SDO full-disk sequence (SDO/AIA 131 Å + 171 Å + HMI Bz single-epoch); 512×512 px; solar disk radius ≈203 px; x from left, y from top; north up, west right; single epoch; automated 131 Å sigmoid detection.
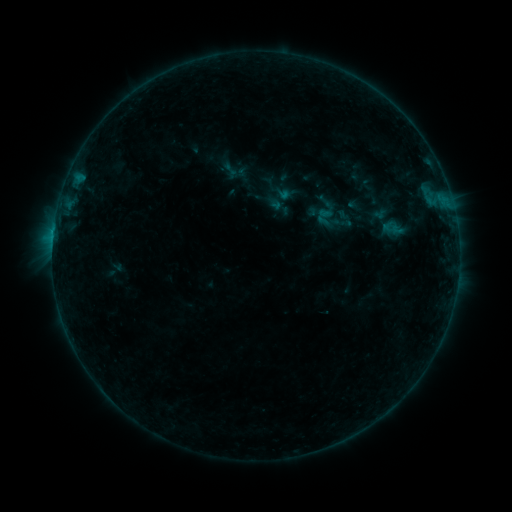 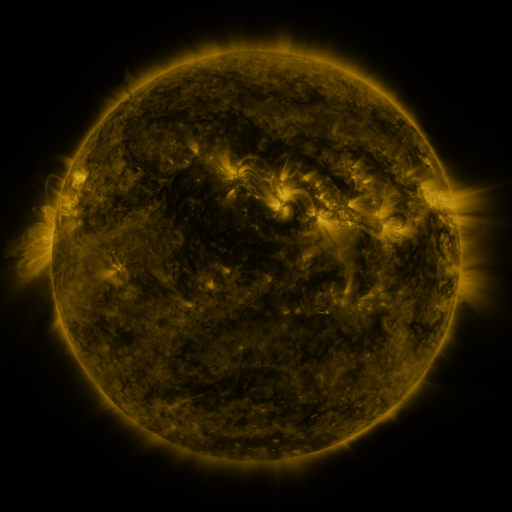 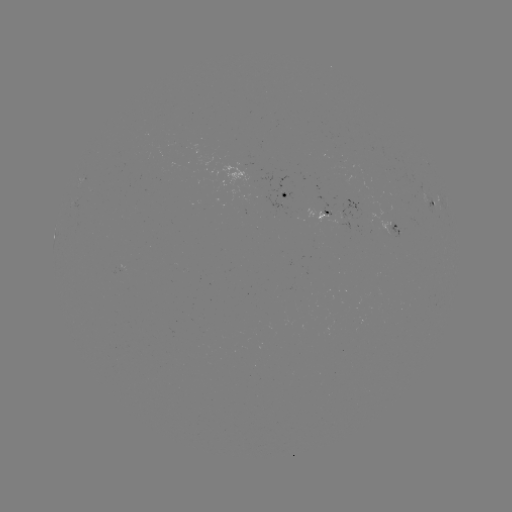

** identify sigmoid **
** [230, 170] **